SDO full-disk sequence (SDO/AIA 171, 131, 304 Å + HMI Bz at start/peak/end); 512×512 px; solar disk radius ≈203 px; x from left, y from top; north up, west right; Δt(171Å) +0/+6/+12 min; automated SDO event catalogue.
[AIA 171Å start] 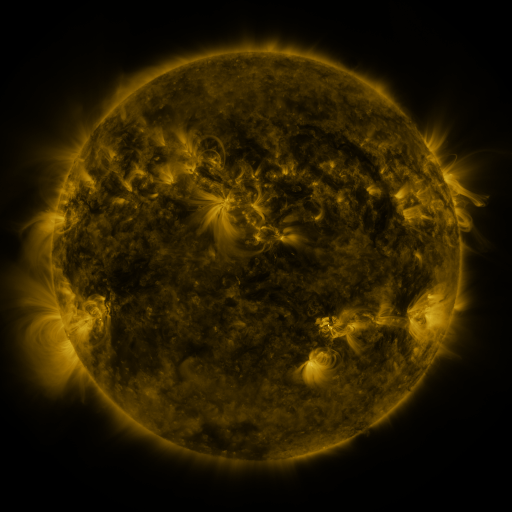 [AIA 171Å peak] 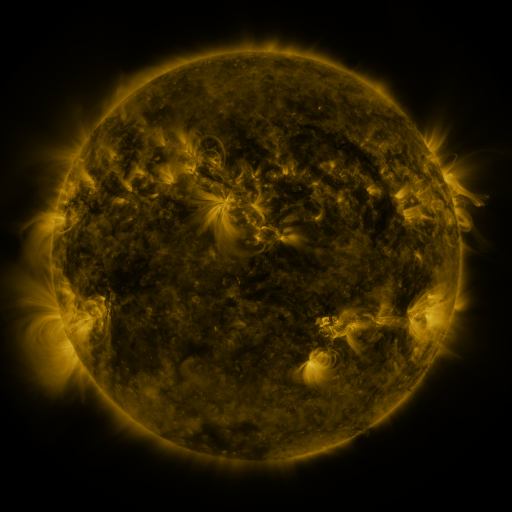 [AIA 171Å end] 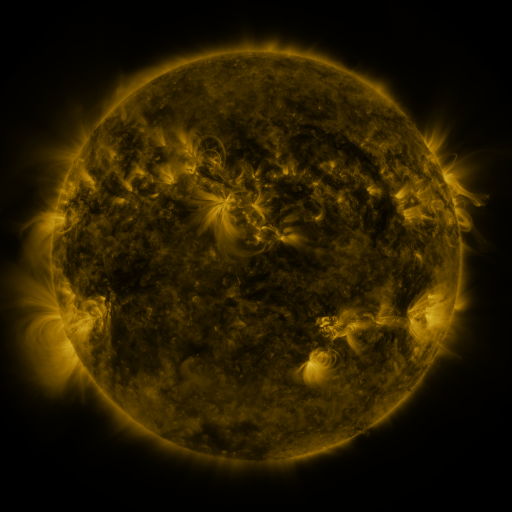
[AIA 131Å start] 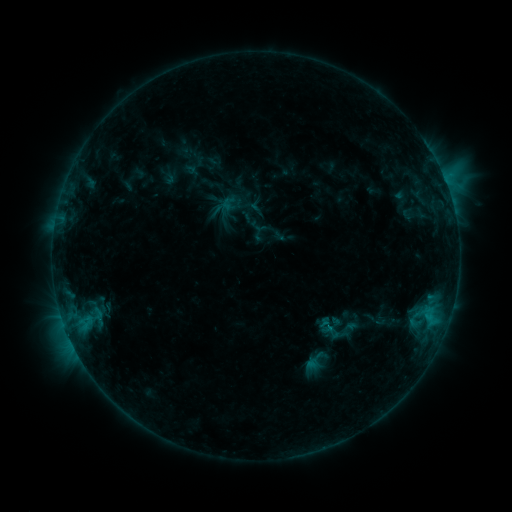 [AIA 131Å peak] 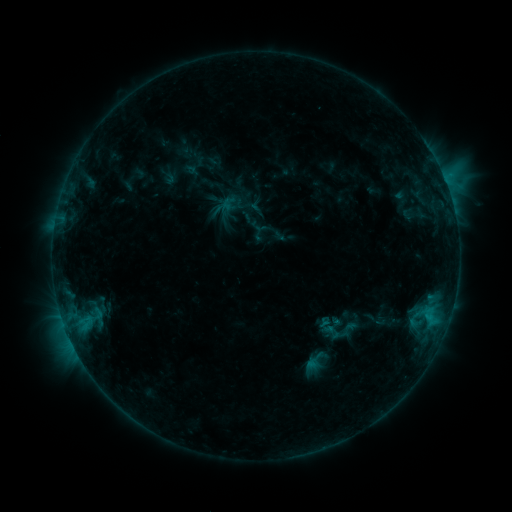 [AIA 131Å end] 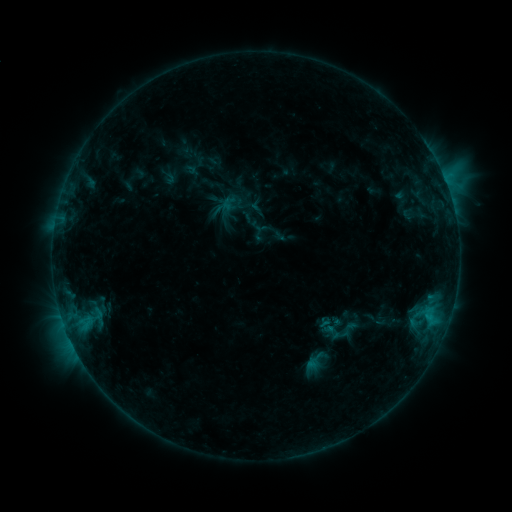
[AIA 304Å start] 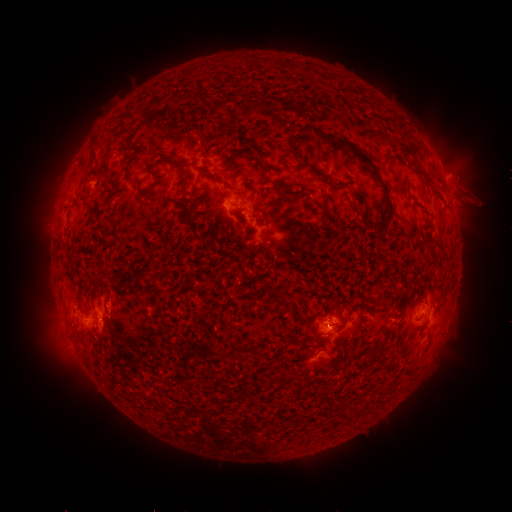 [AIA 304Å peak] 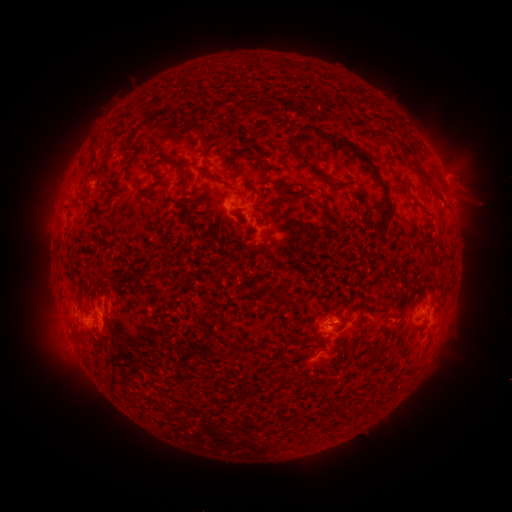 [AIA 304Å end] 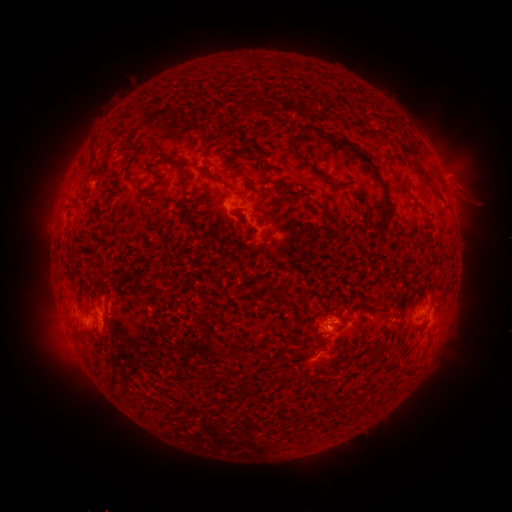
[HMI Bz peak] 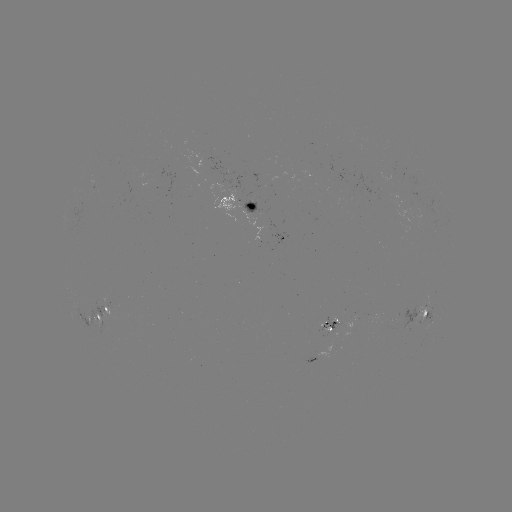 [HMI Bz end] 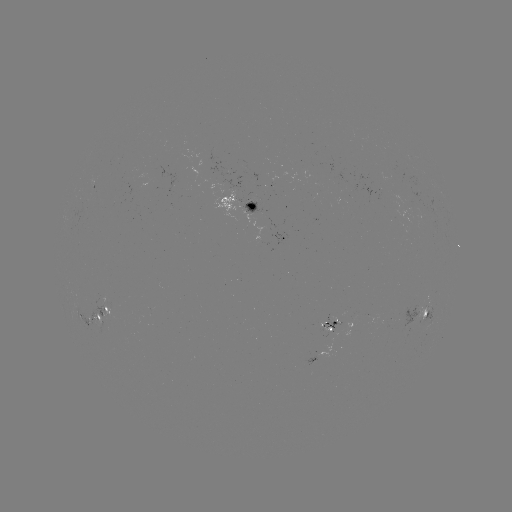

nothing was catalogued: no classed flare, no EUV trigger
